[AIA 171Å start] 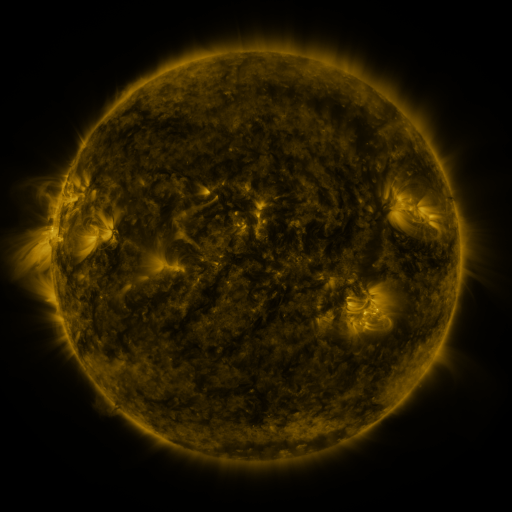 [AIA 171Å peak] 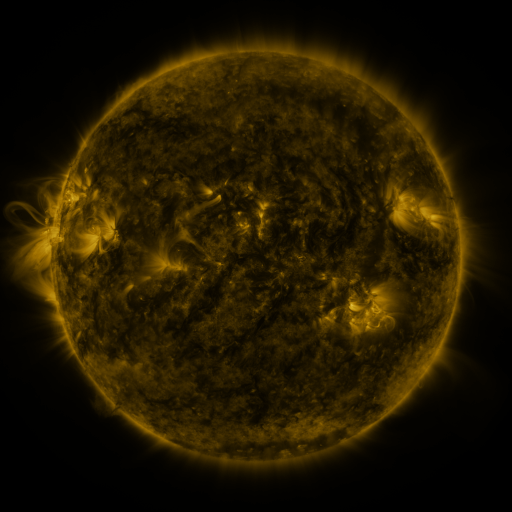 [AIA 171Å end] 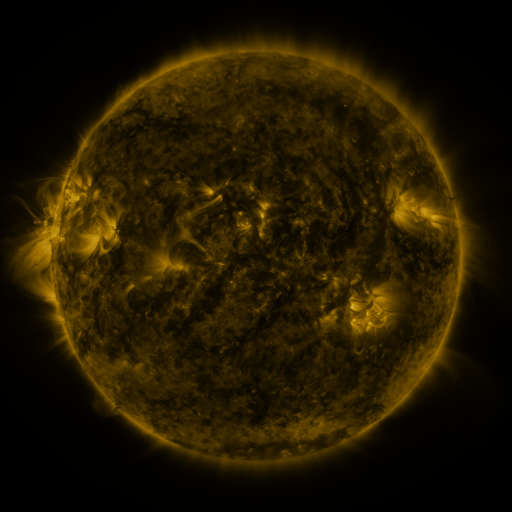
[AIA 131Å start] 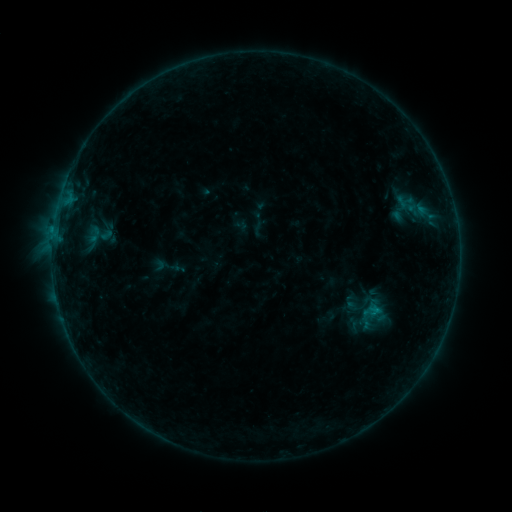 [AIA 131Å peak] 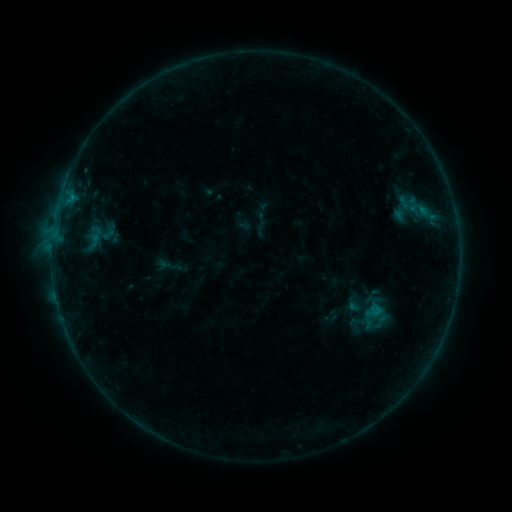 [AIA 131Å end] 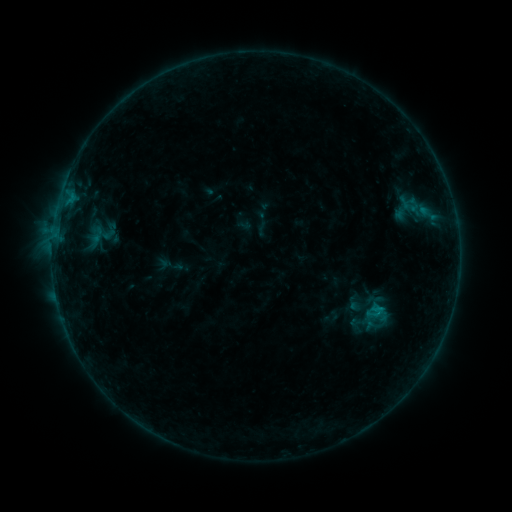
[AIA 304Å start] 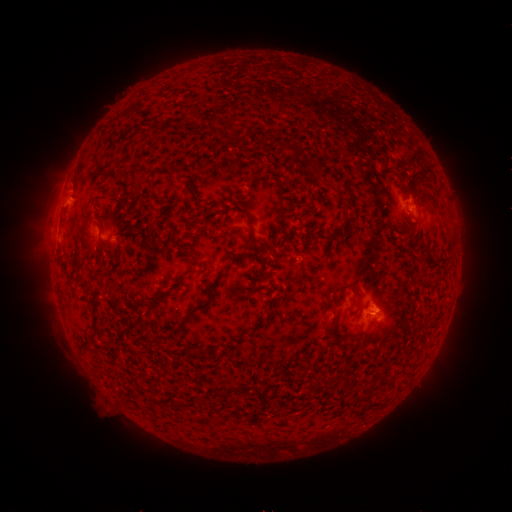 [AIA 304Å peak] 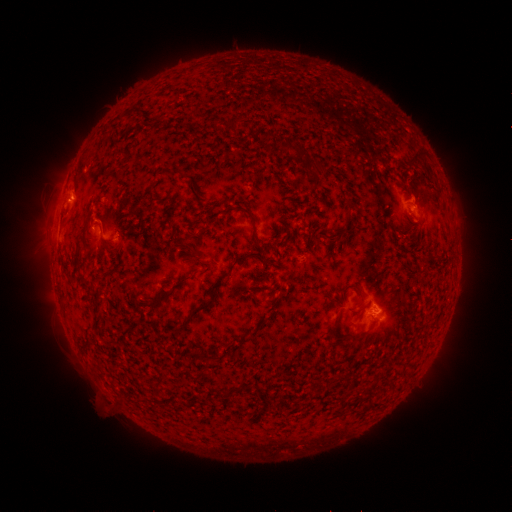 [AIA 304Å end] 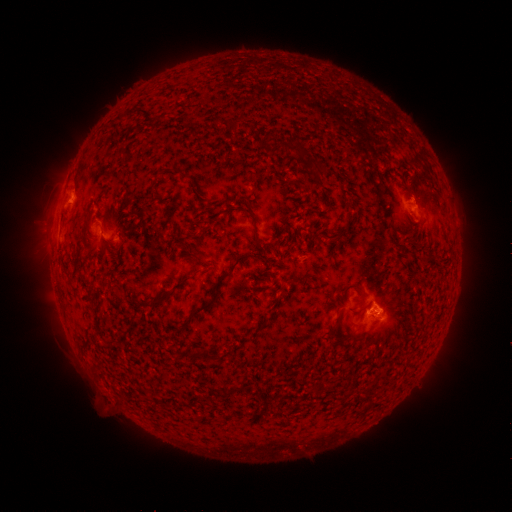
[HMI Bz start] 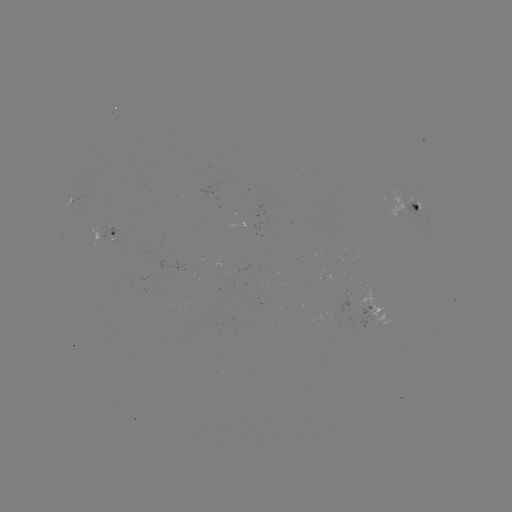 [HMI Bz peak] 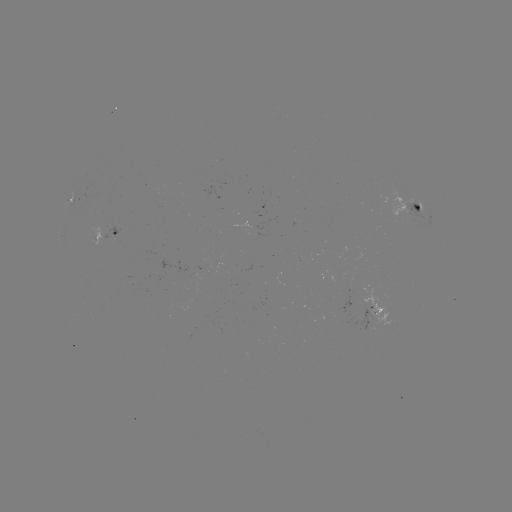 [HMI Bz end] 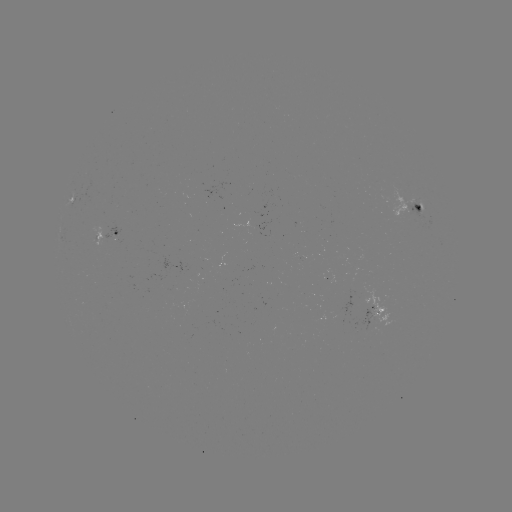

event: emerging-flux region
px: (252, 267)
